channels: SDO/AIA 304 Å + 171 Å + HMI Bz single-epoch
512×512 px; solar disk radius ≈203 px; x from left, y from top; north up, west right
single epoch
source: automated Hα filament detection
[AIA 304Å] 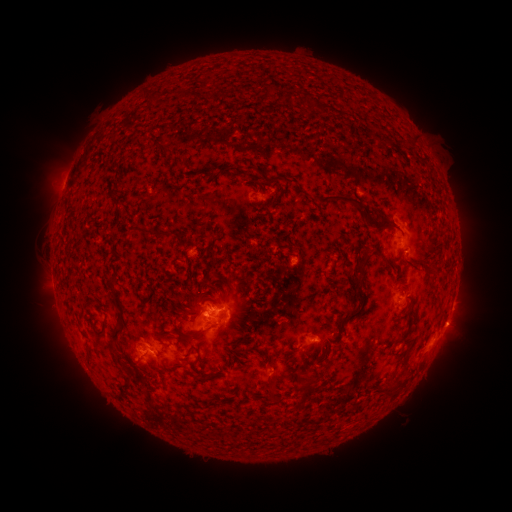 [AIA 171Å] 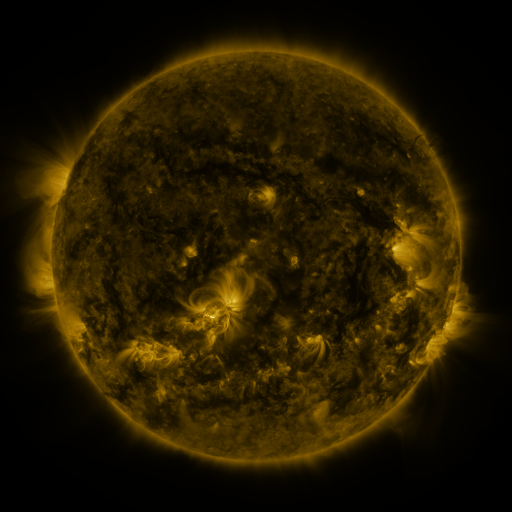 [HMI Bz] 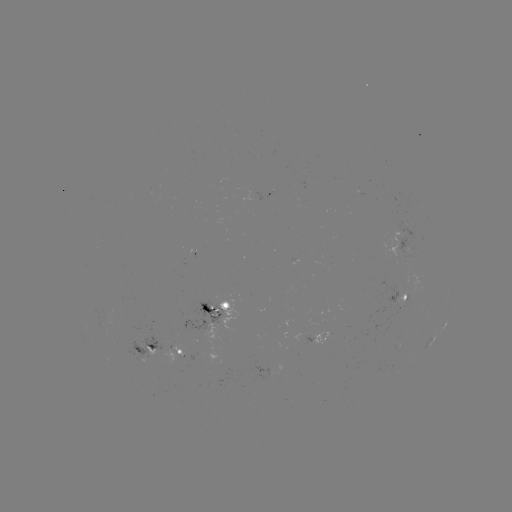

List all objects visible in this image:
filament: (236, 87, 244, 97)
filament: (403, 133, 416, 151)
filament: (157, 146, 167, 158)
filament: (243, 164, 262, 175)
filament: (265, 174, 280, 184)
filament: (311, 191, 363, 210)
filament: (267, 194, 276, 209)
filament: (373, 221, 382, 229)
filament: (157, 232, 172, 241)
filament: (350, 251, 371, 298)
filament: (429, 259, 438, 270)
filament: (213, 285, 223, 296)
filament: (109, 291, 126, 344)
filament: (347, 292, 354, 304)
filament: (140, 294, 153, 307)
filament: (210, 298, 230, 310)
filament: (408, 299, 415, 314)
filament: (333, 305, 364, 342)
filament: (196, 310, 205, 320)
filament: (192, 311, 228, 339)
filament: (91, 323, 109, 339)
filament: (238, 337, 255, 345)
filament: (184, 345, 204, 365)
filament: (304, 345, 313, 365)
filament: (112, 352, 125, 370)
filament: (122, 370, 136, 387)
filament: (206, 373, 215, 381)
filament: (298, 374, 321, 407)
filament: (387, 376, 402, 388)
filament: (270, 384, 279, 397)
